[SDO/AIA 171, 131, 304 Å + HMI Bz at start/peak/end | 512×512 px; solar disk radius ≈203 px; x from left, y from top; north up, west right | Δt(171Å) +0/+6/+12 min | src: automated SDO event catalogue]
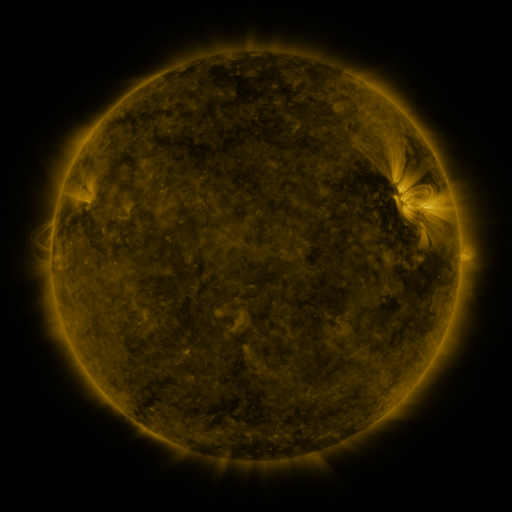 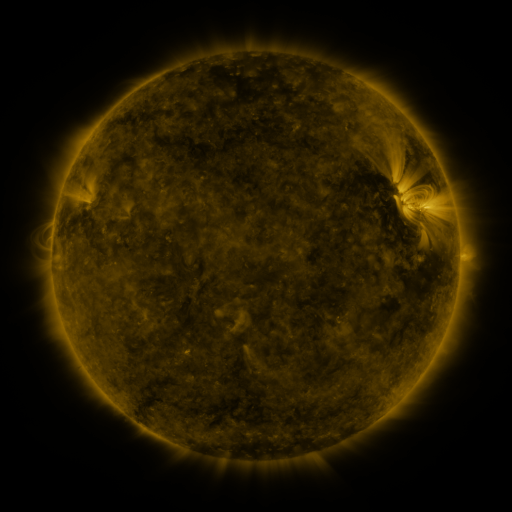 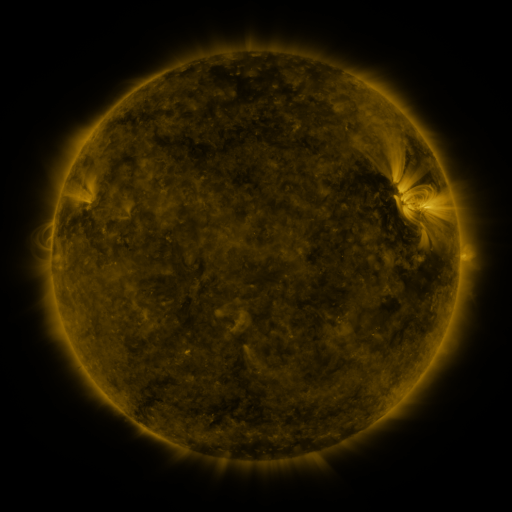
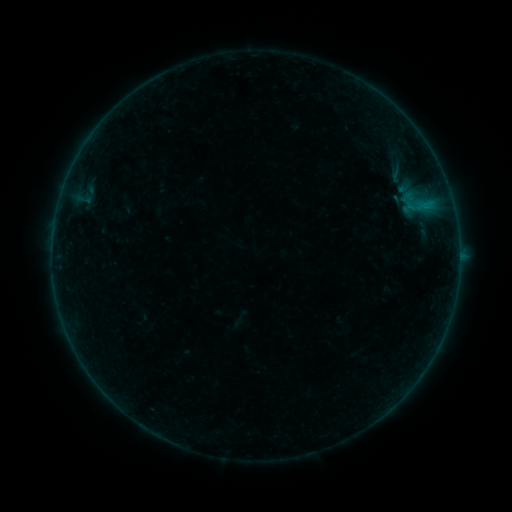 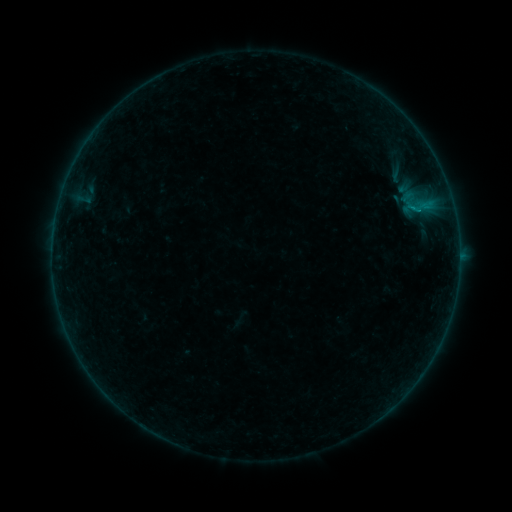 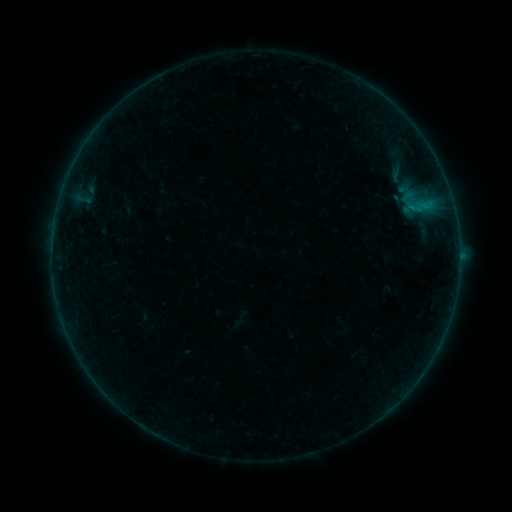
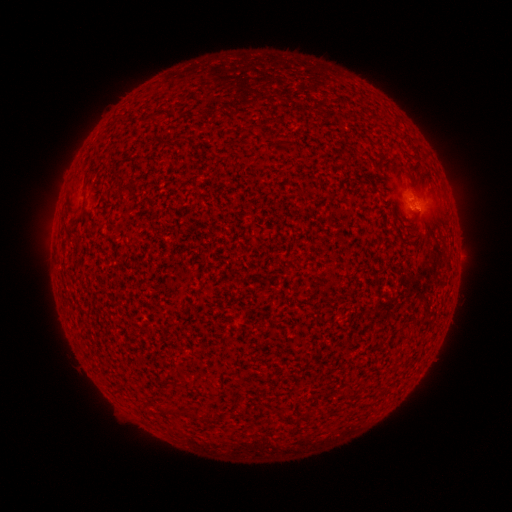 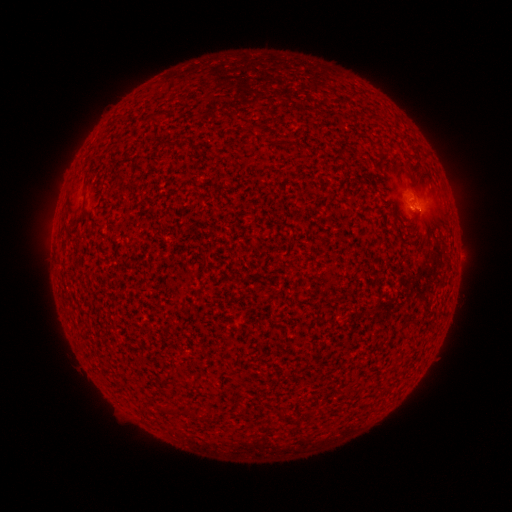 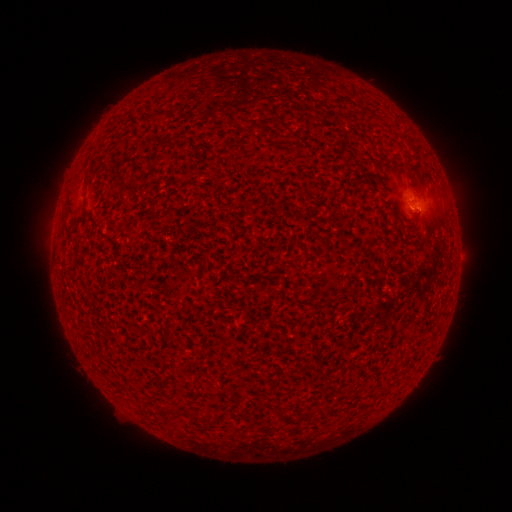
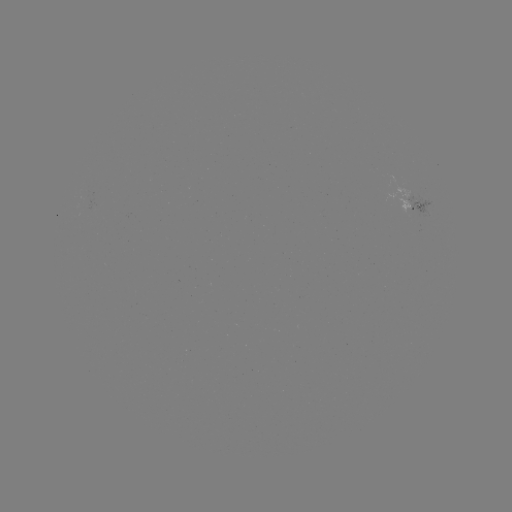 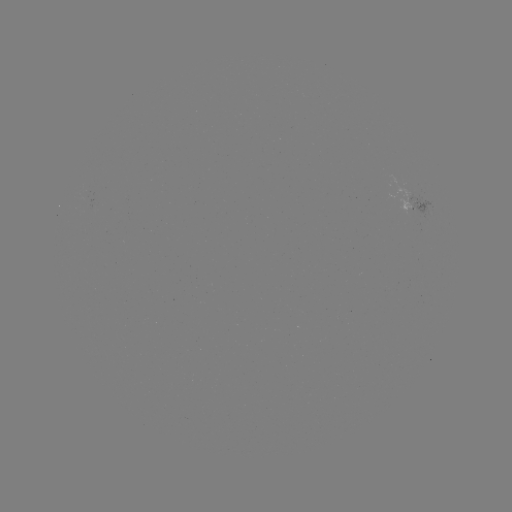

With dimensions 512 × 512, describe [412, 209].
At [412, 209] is B1.8 flare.